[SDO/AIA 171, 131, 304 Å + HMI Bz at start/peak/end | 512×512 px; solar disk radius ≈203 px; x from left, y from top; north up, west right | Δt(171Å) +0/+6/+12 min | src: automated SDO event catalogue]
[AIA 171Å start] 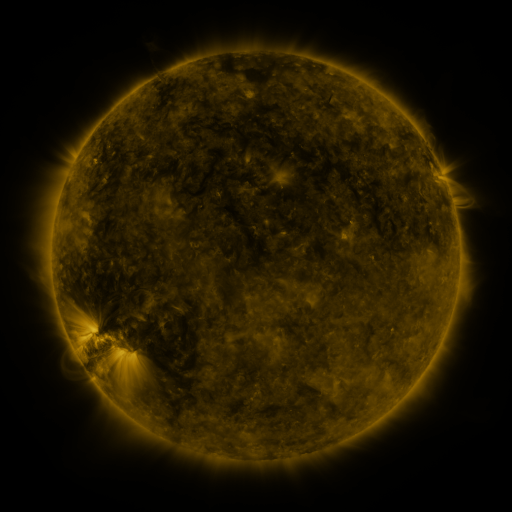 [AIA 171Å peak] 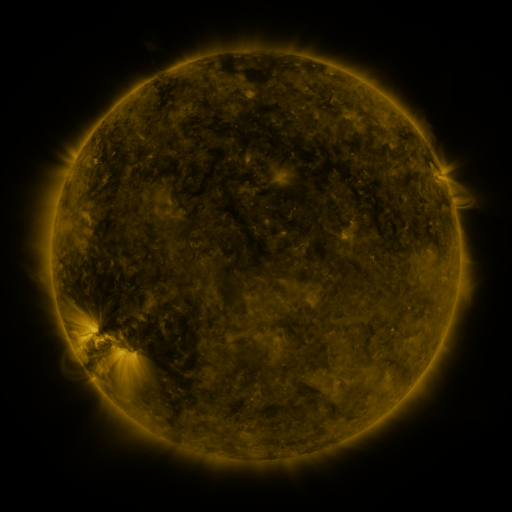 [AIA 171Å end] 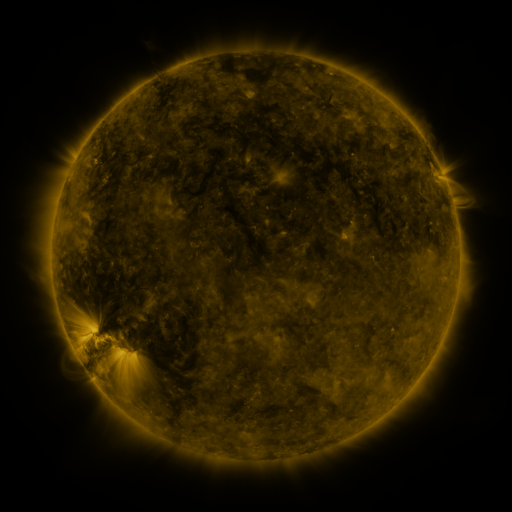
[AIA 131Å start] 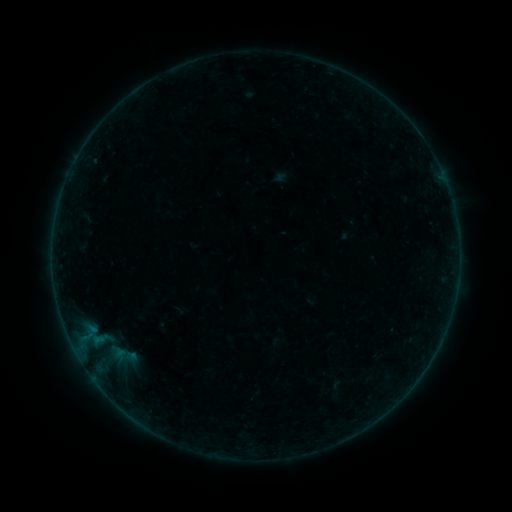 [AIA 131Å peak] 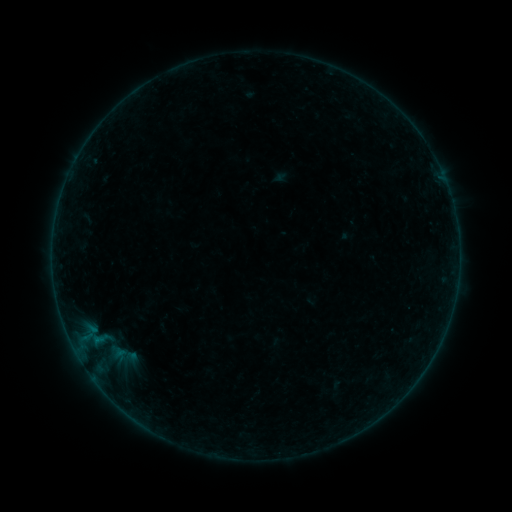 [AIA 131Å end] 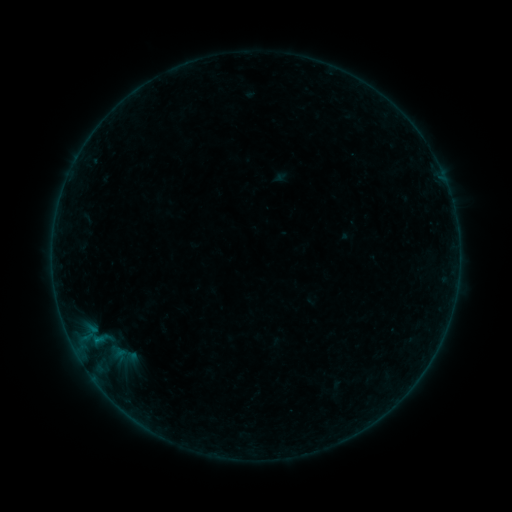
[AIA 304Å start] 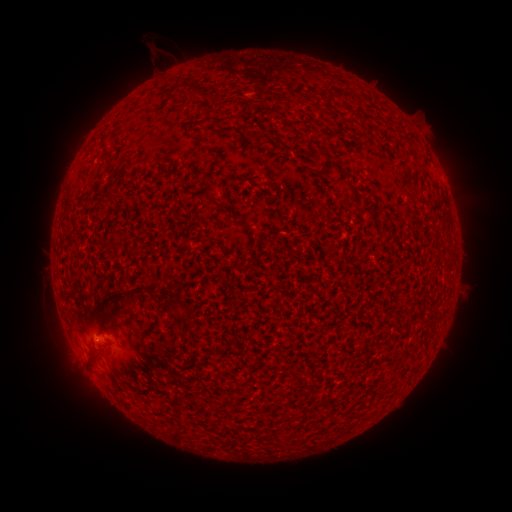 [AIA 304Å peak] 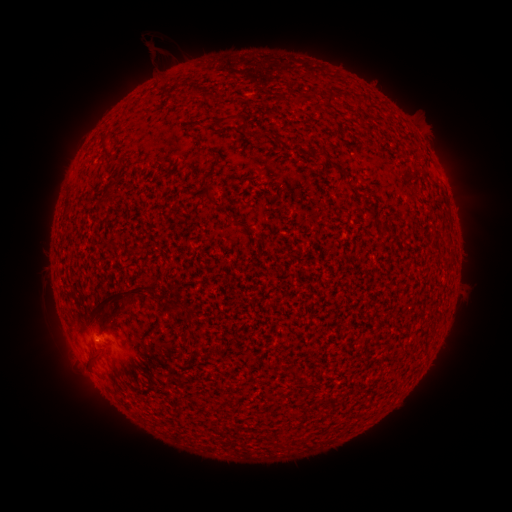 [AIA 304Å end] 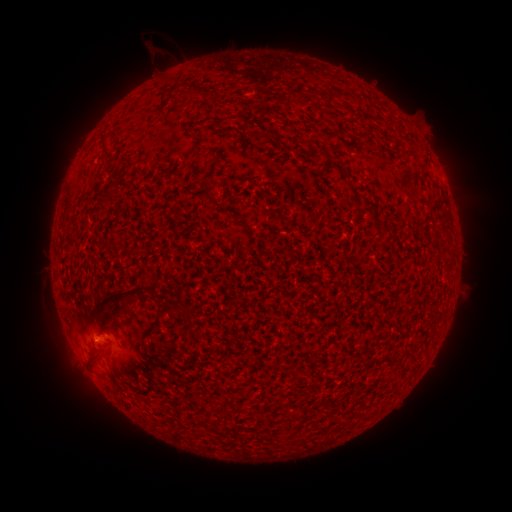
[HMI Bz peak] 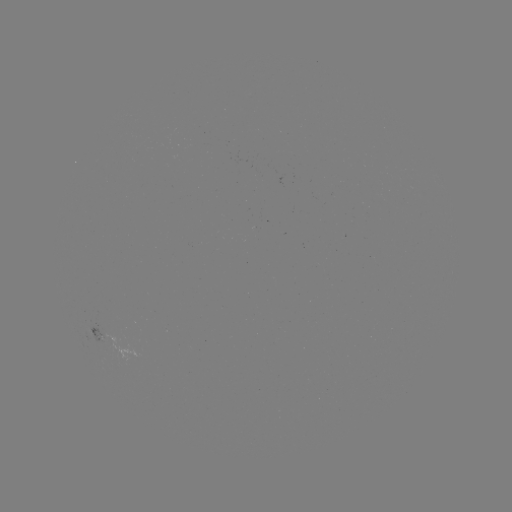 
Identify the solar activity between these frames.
B1.2 flare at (104, 334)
